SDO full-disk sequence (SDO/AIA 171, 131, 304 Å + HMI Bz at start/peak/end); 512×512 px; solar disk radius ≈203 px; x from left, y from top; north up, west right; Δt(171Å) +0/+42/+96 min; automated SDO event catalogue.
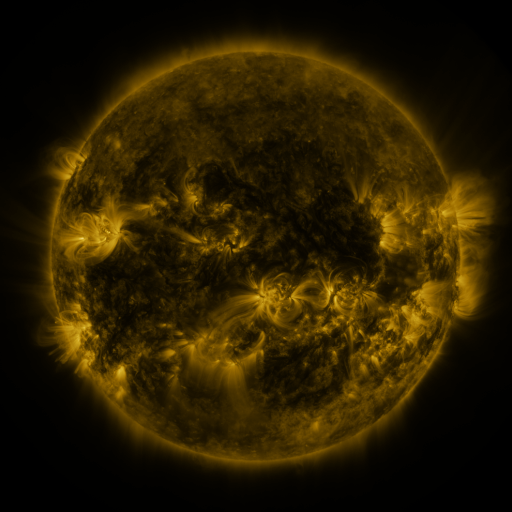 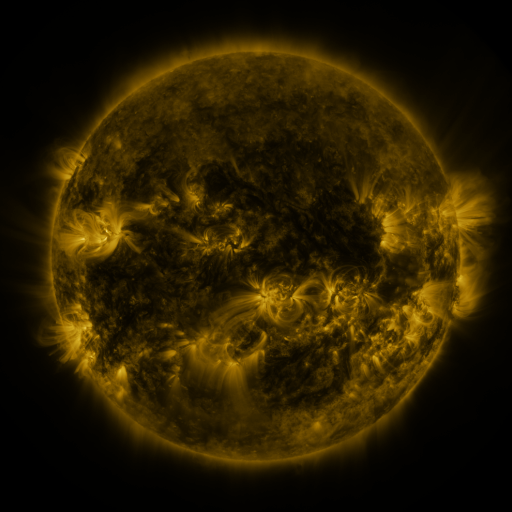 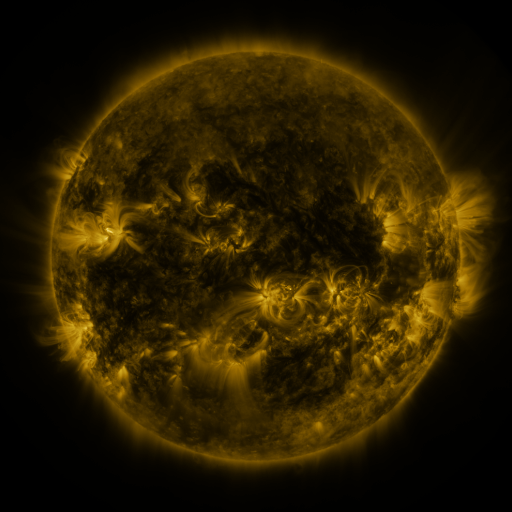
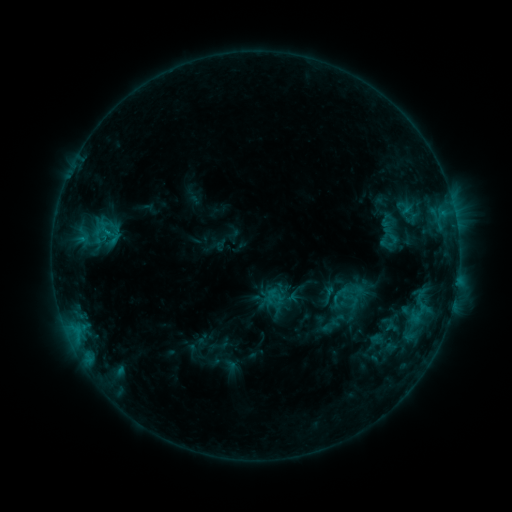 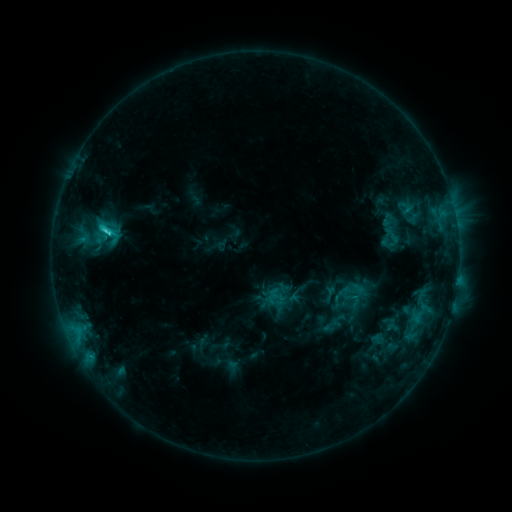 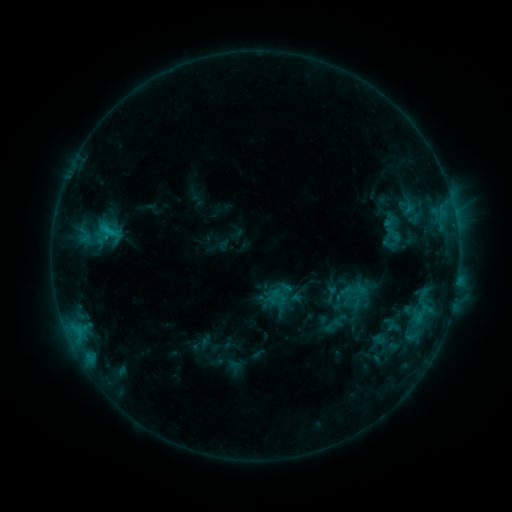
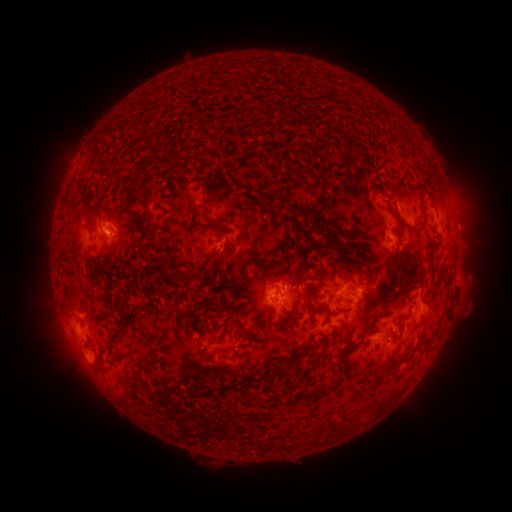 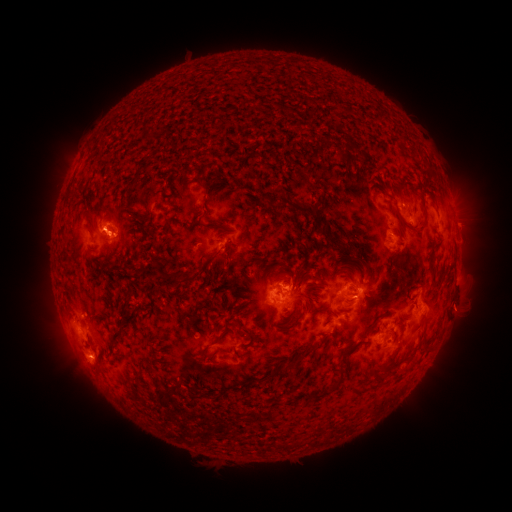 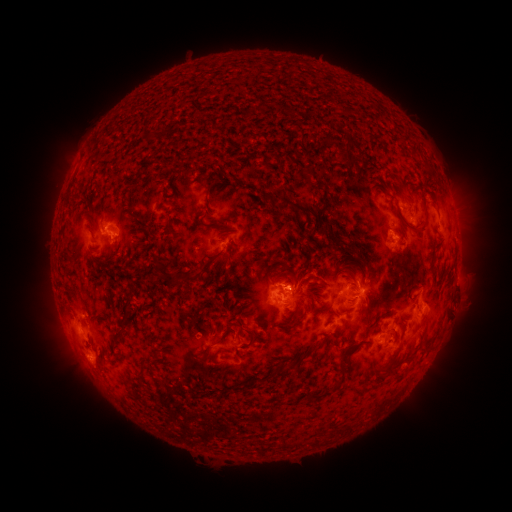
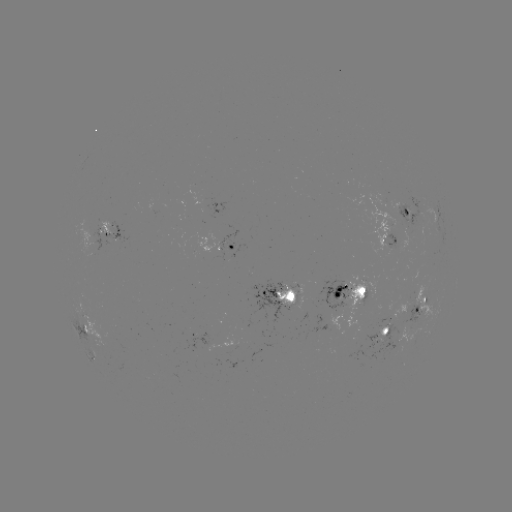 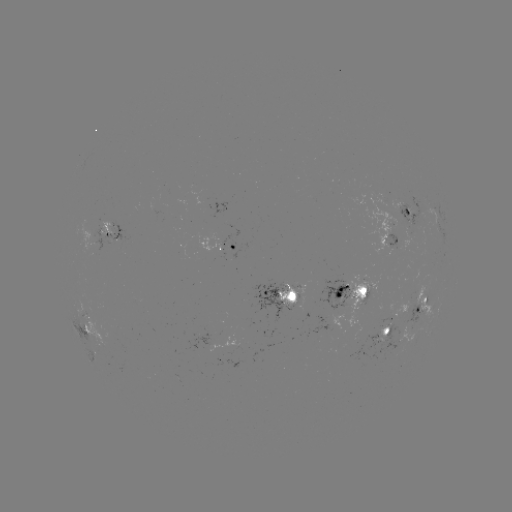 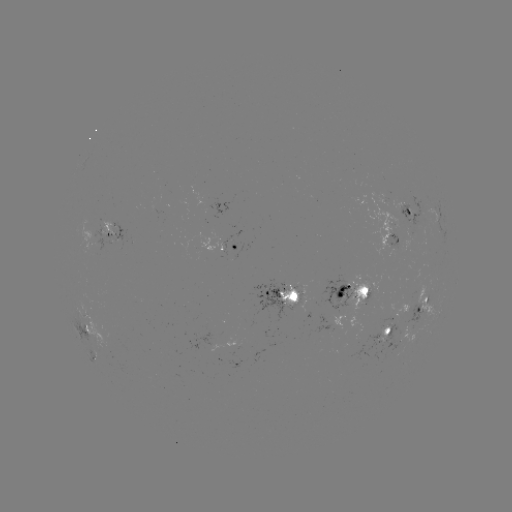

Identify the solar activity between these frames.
C2.8 flare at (106, 232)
